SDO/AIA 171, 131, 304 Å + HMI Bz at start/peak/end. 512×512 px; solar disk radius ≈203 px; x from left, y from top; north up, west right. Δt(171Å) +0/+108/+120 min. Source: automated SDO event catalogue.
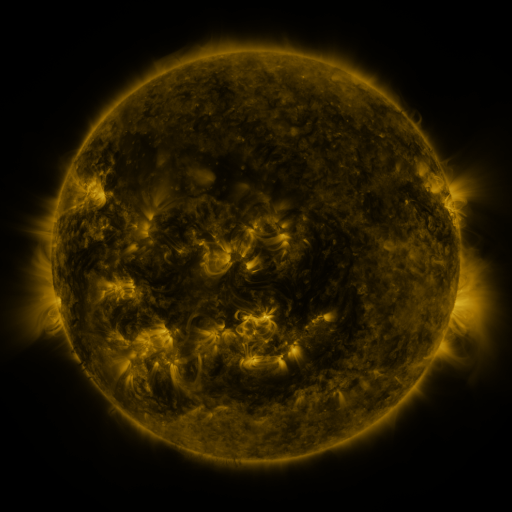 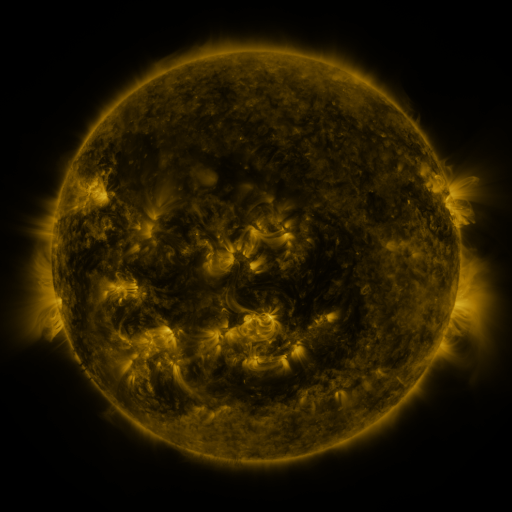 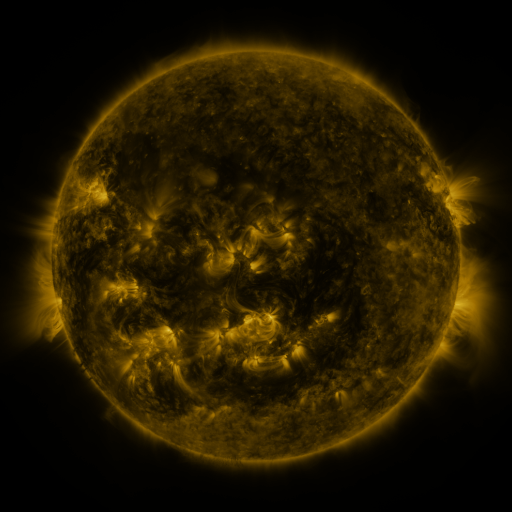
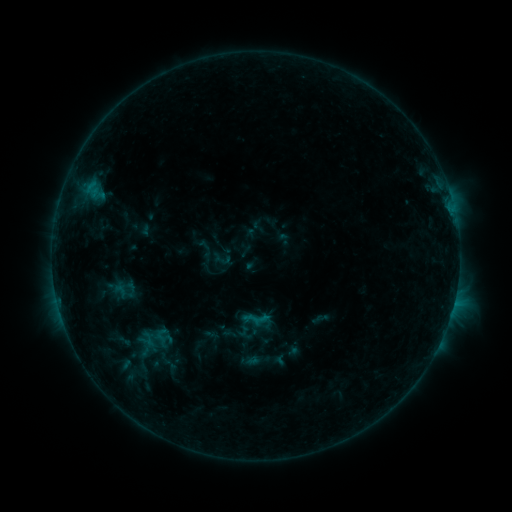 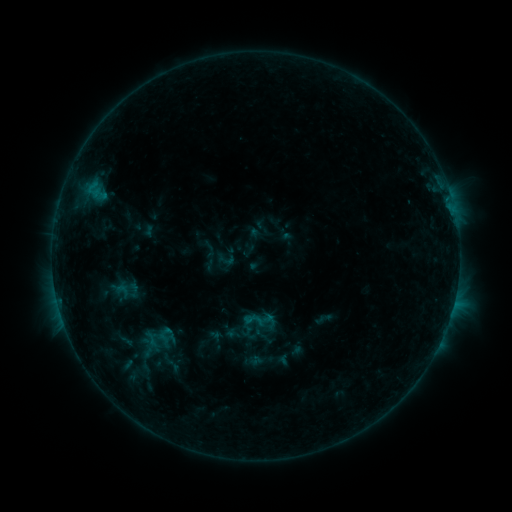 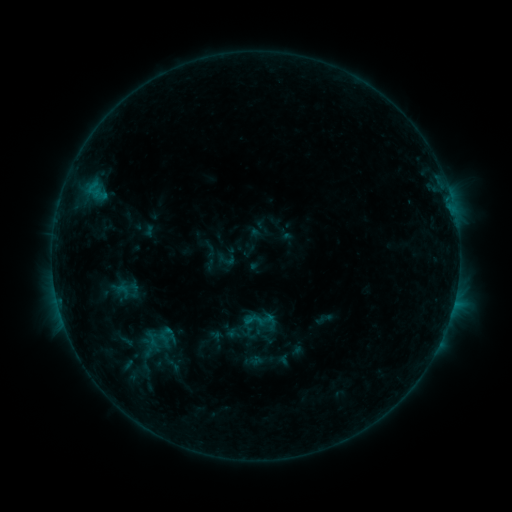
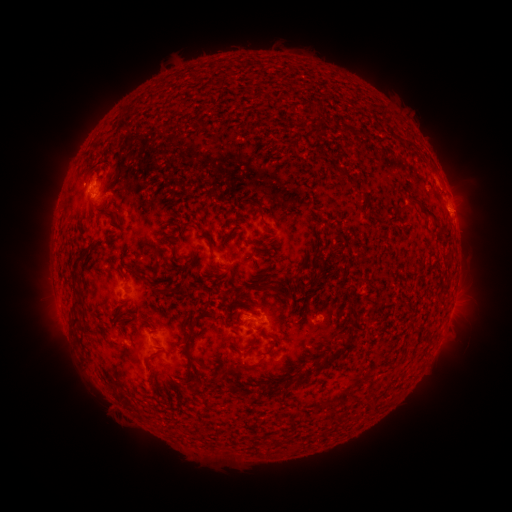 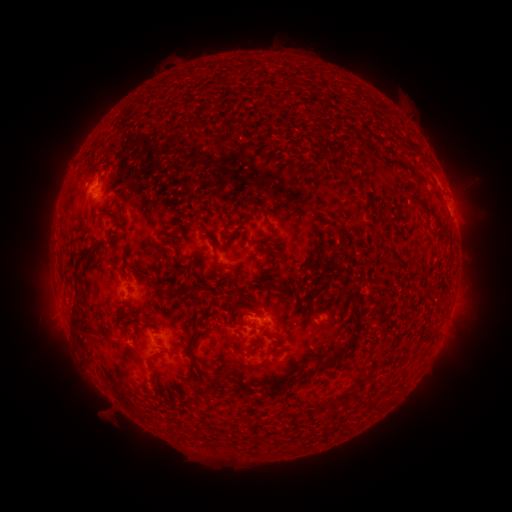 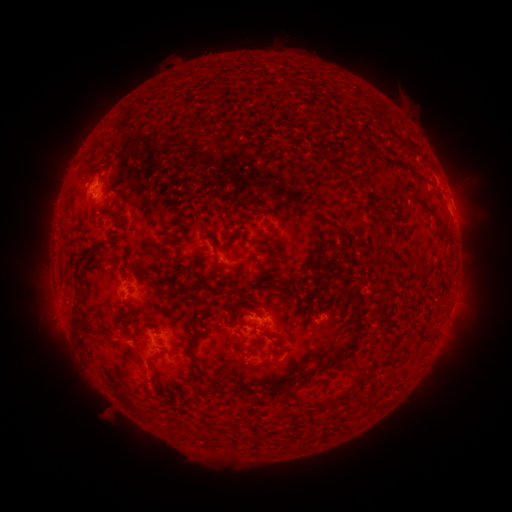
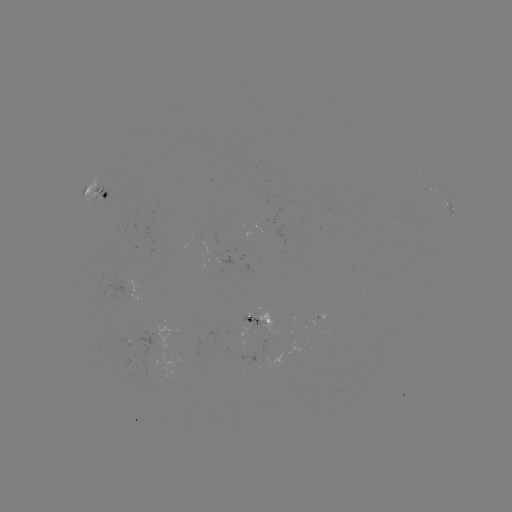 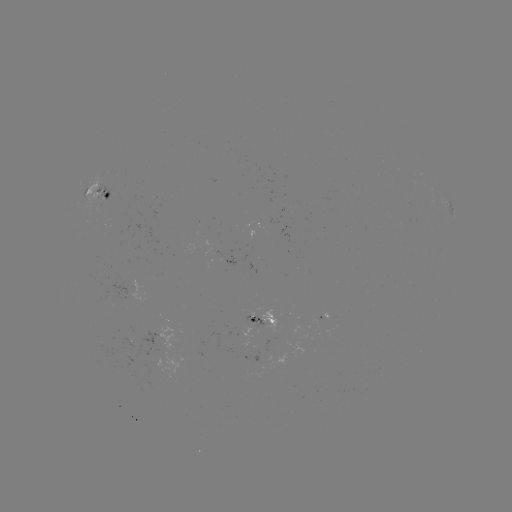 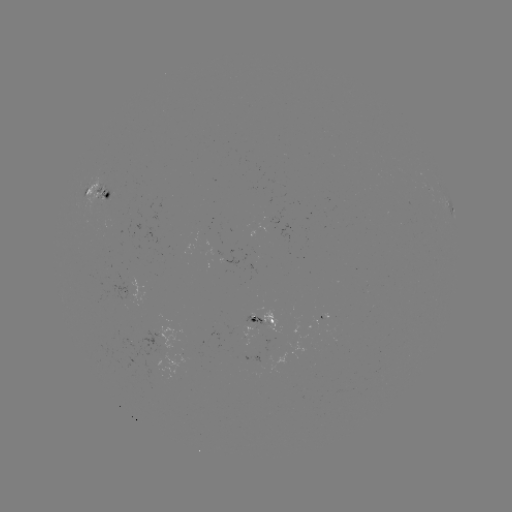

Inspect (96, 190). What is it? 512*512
emerging-flux region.